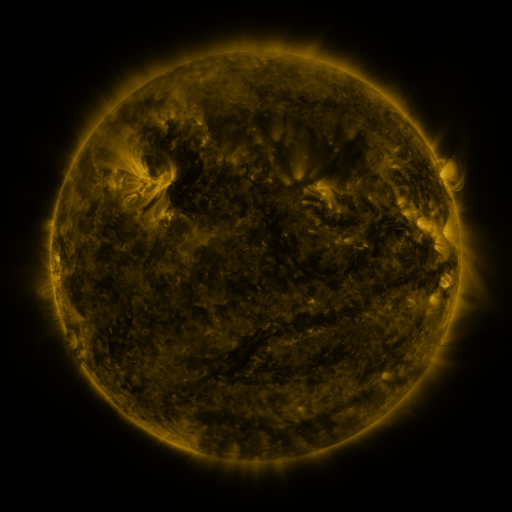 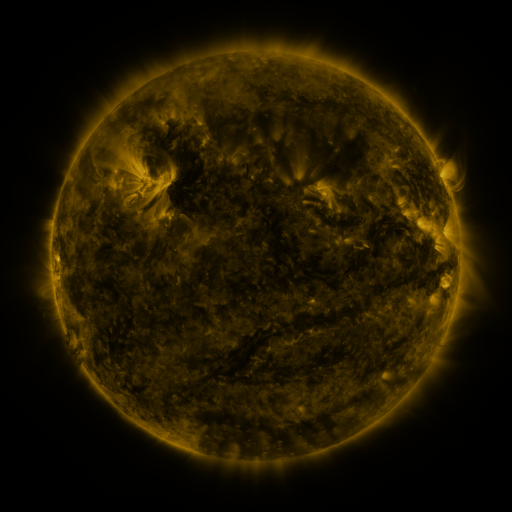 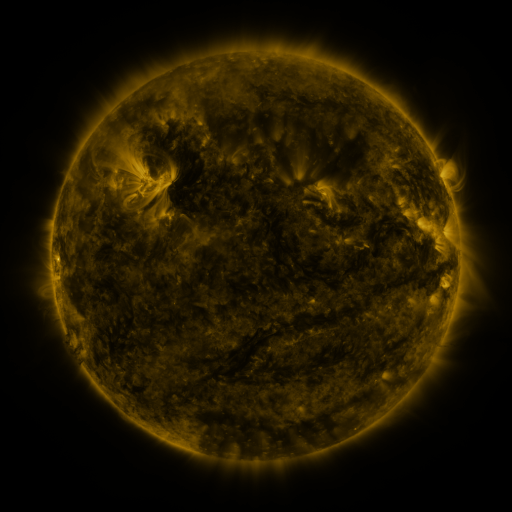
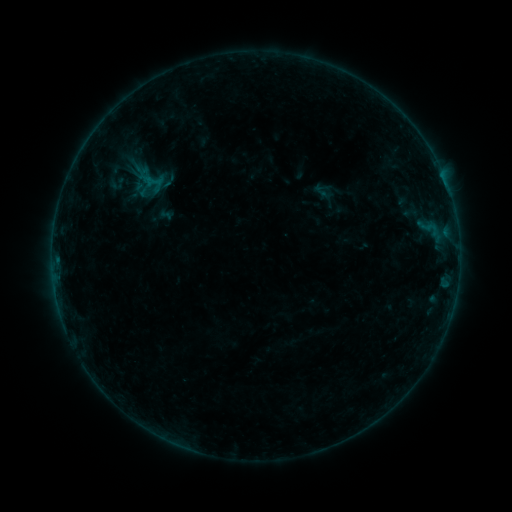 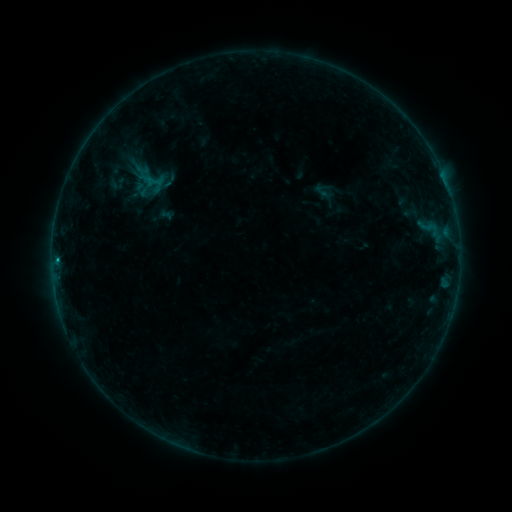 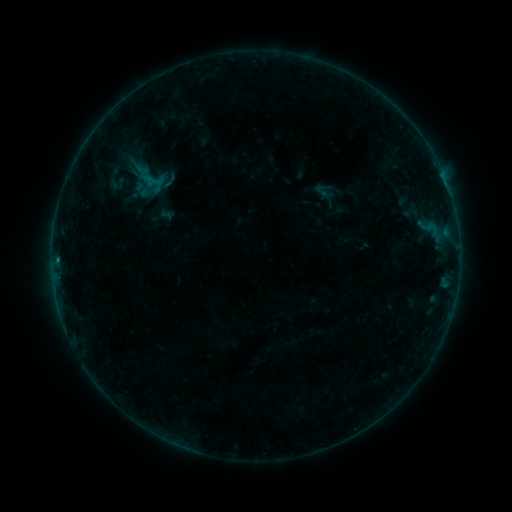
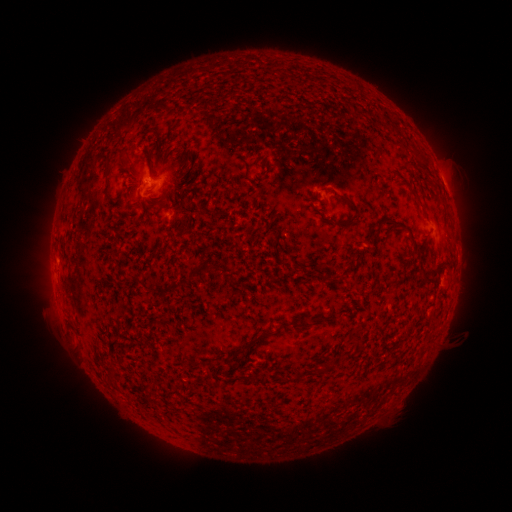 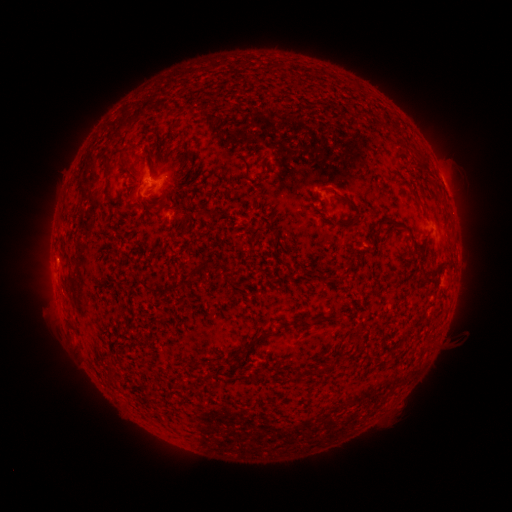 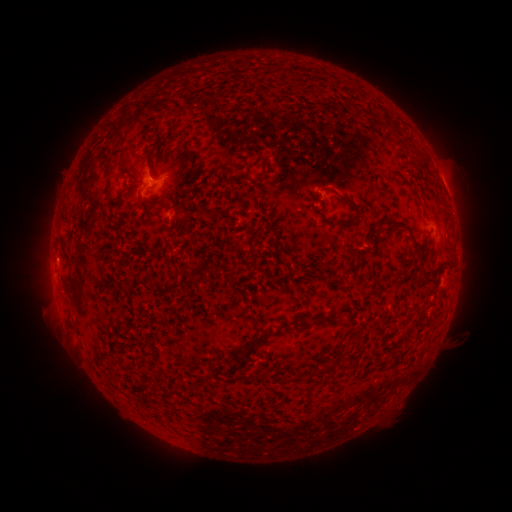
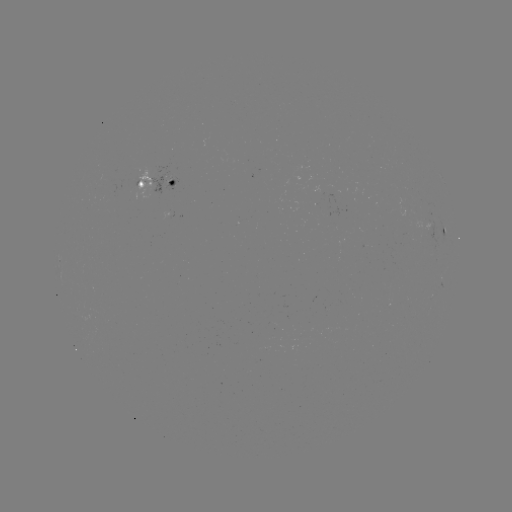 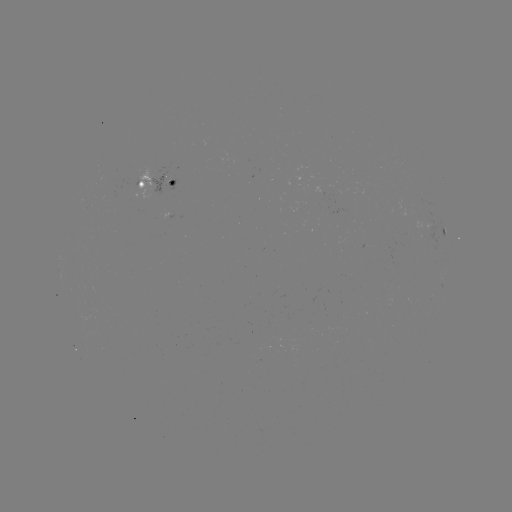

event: flare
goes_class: B3.5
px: (57, 257)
